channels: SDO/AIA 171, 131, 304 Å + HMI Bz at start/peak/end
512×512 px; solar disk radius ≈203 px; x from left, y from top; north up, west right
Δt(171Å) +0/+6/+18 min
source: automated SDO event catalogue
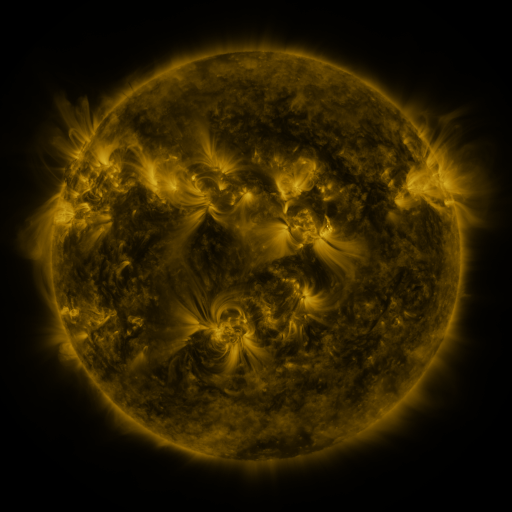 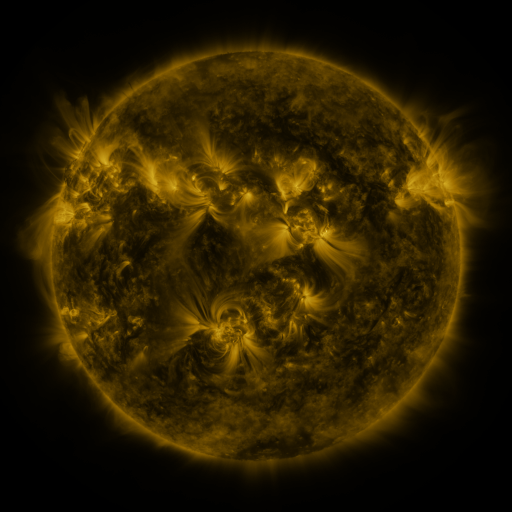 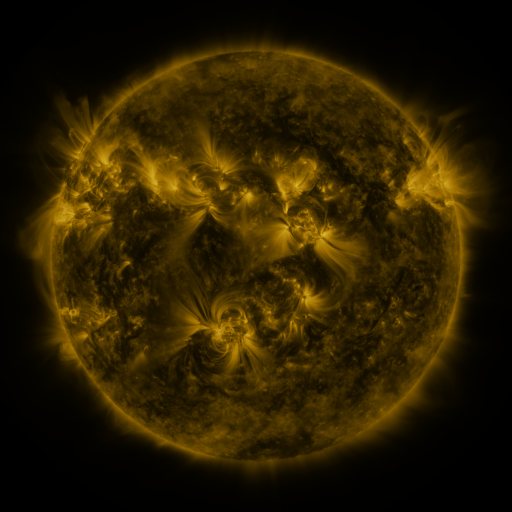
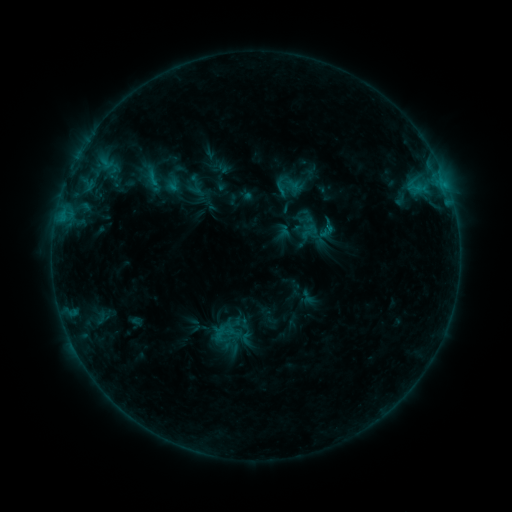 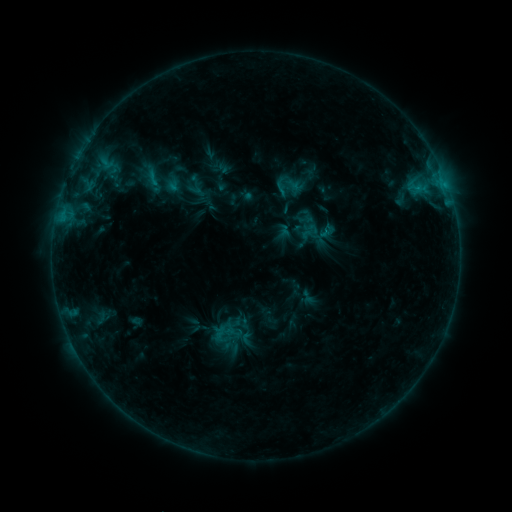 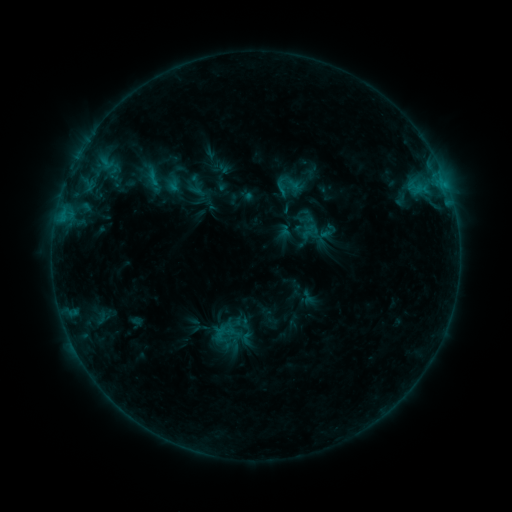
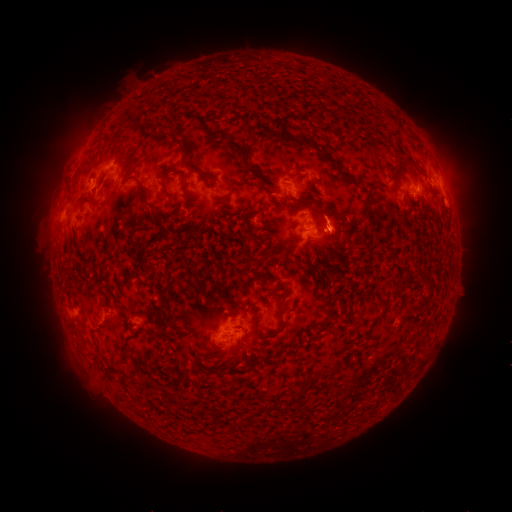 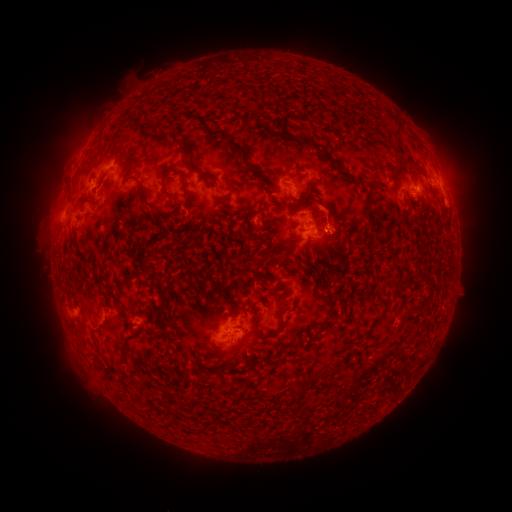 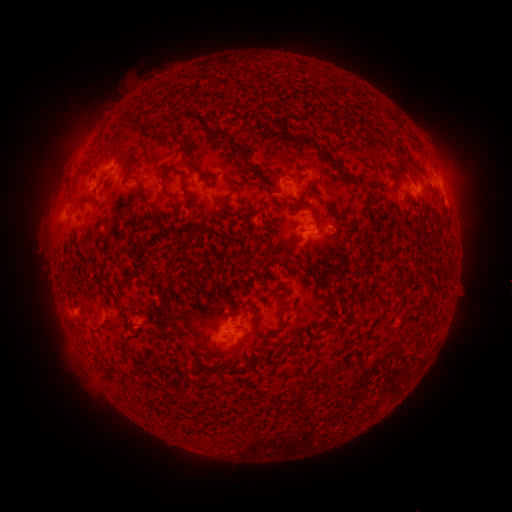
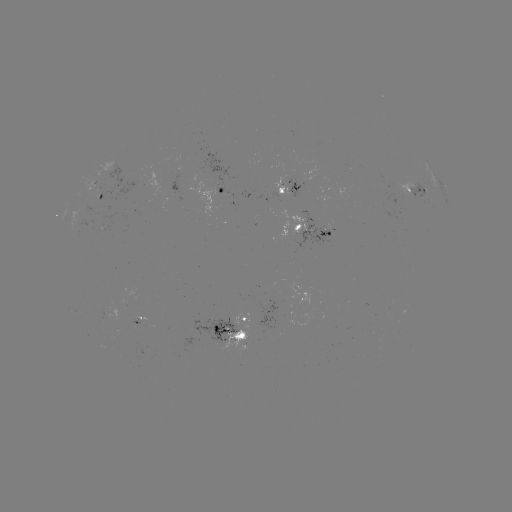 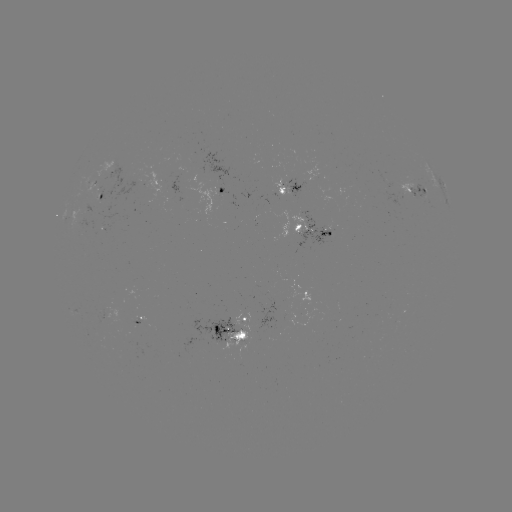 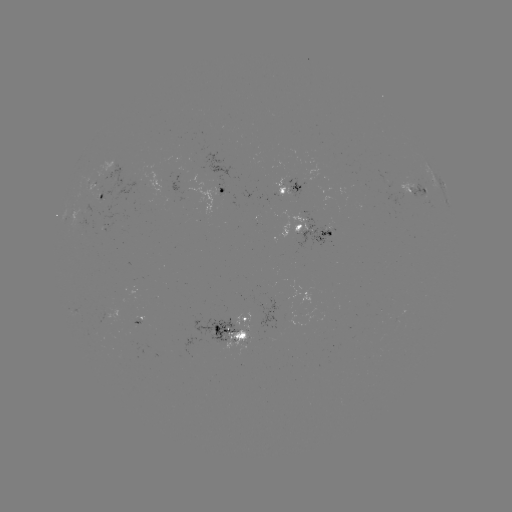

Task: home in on eruption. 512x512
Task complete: (328, 211).